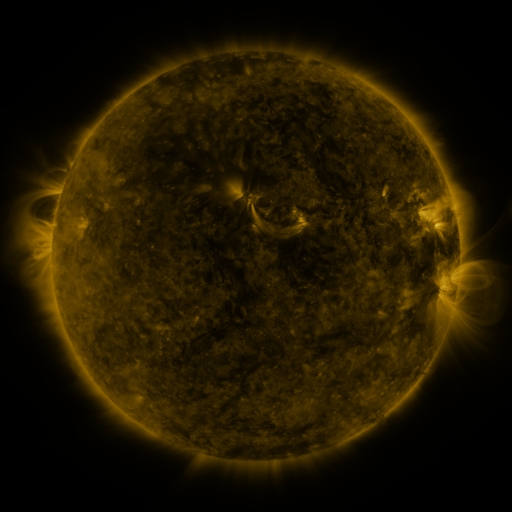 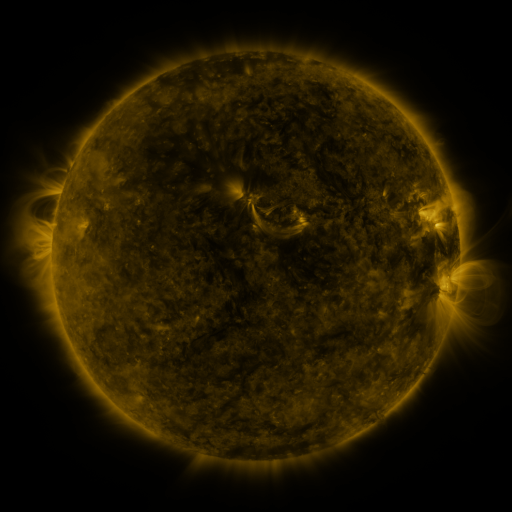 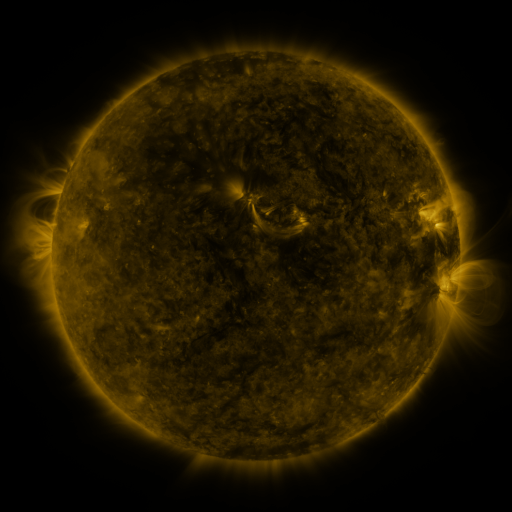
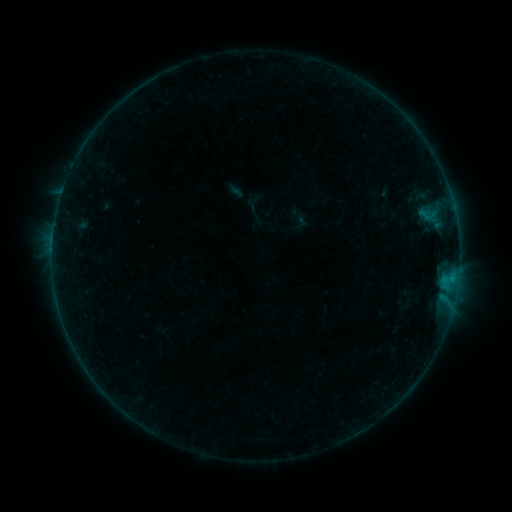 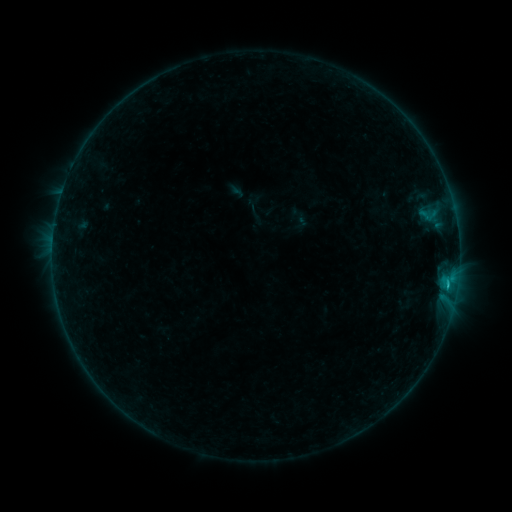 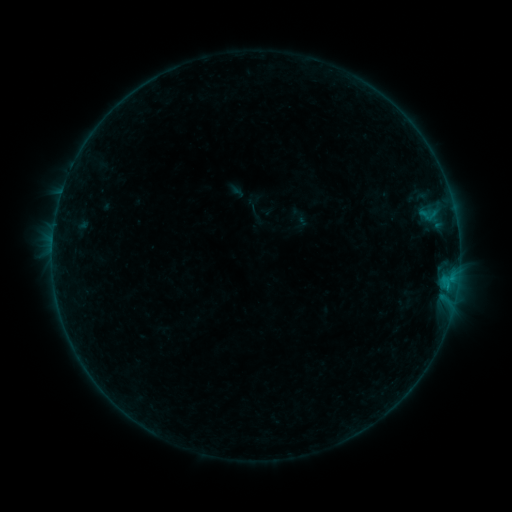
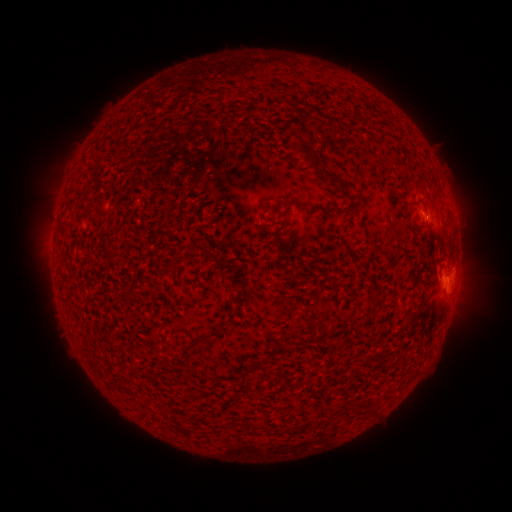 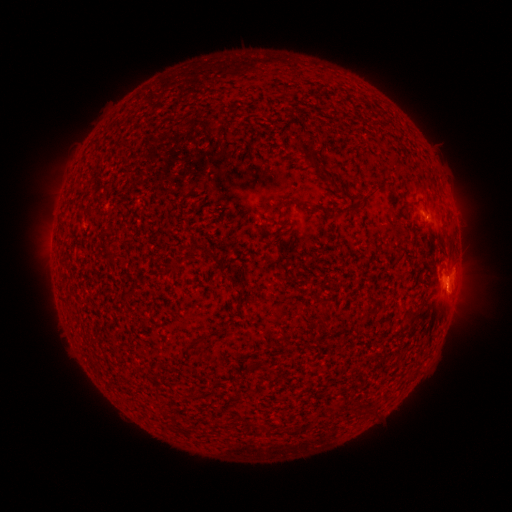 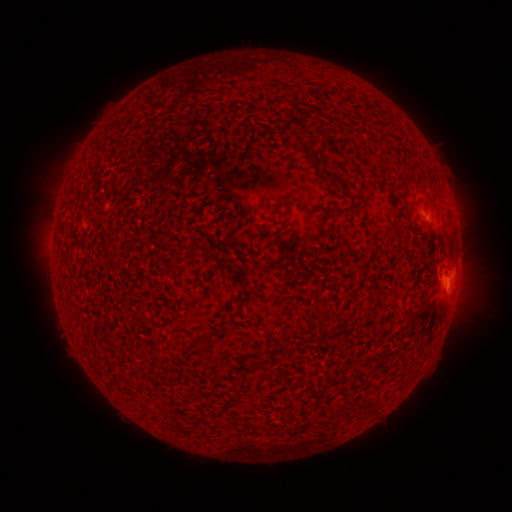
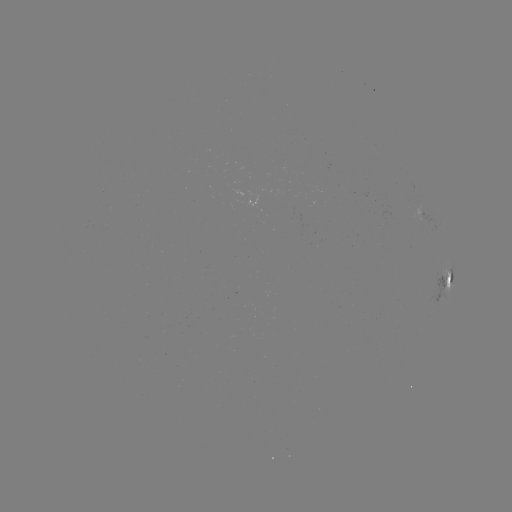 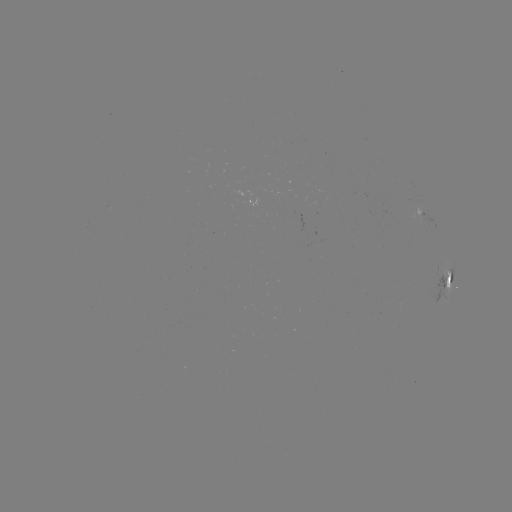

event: flare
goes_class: B6.3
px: (446, 285)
